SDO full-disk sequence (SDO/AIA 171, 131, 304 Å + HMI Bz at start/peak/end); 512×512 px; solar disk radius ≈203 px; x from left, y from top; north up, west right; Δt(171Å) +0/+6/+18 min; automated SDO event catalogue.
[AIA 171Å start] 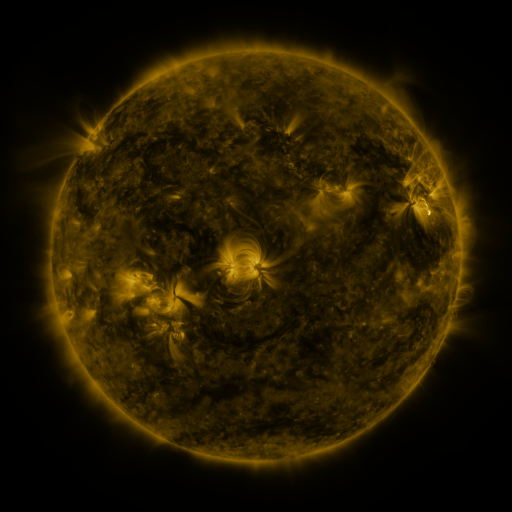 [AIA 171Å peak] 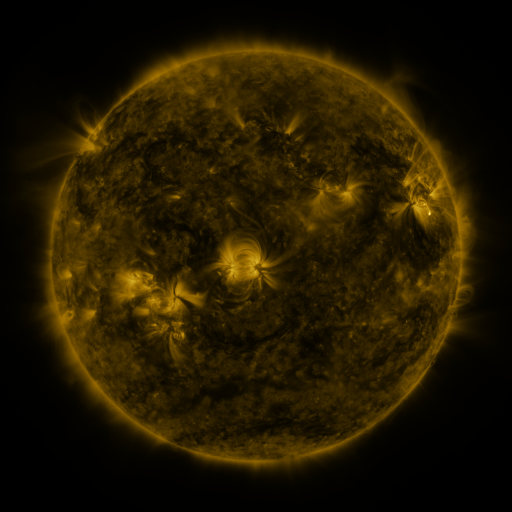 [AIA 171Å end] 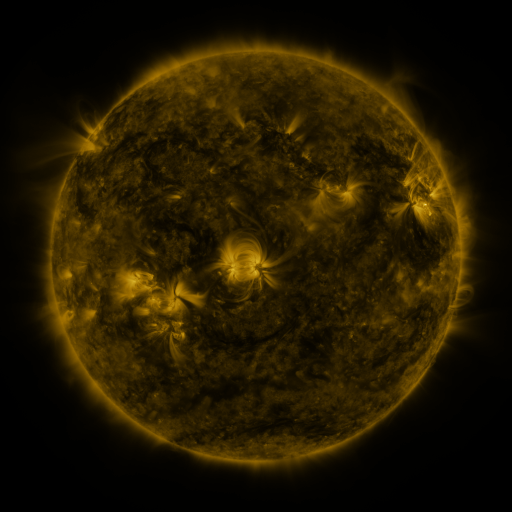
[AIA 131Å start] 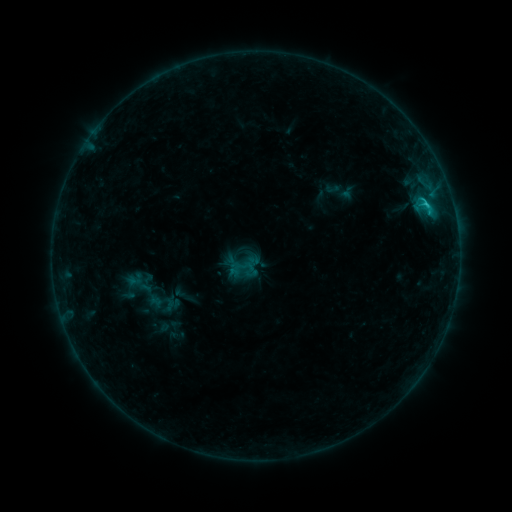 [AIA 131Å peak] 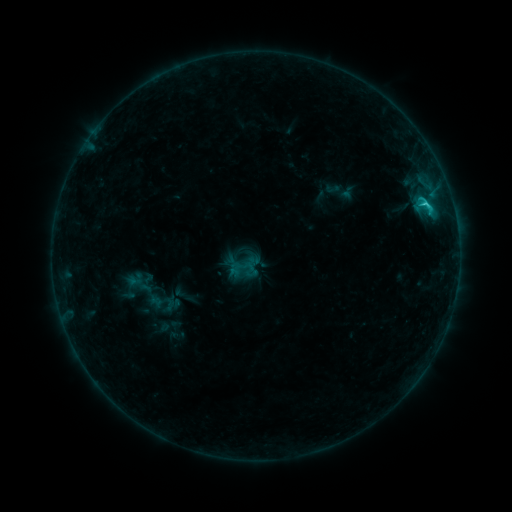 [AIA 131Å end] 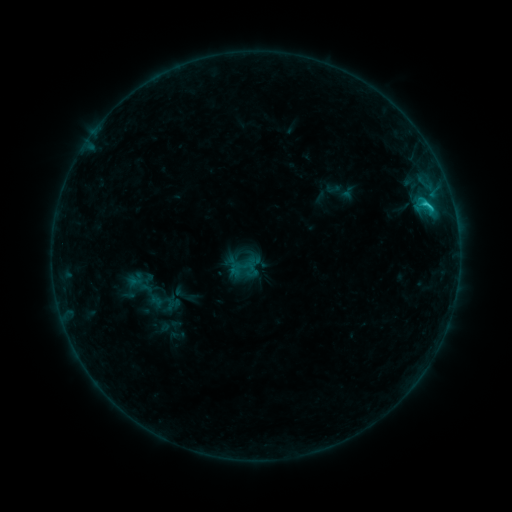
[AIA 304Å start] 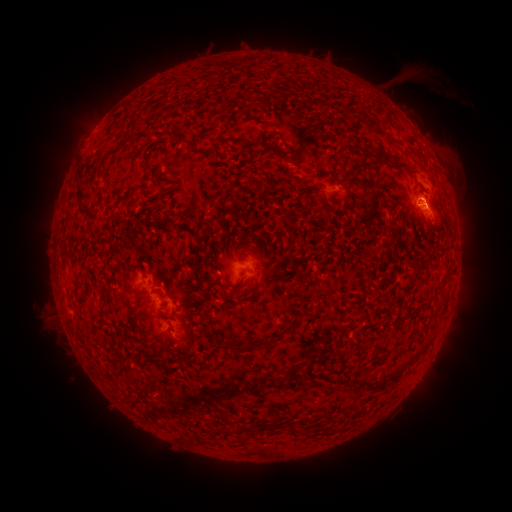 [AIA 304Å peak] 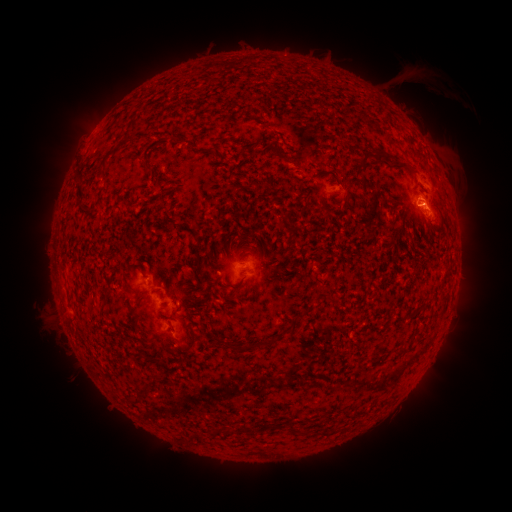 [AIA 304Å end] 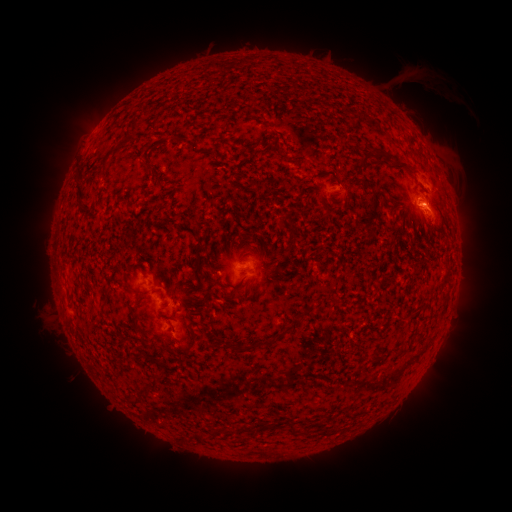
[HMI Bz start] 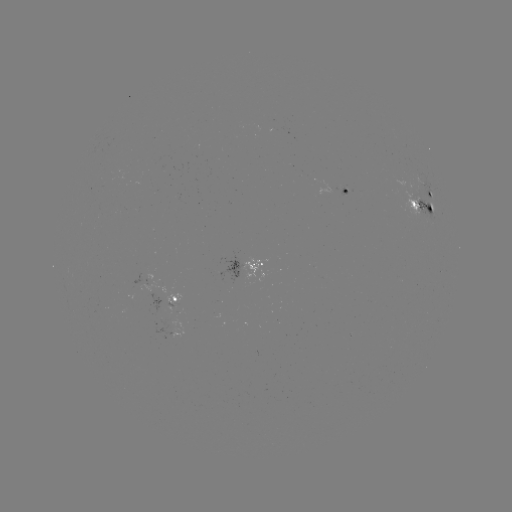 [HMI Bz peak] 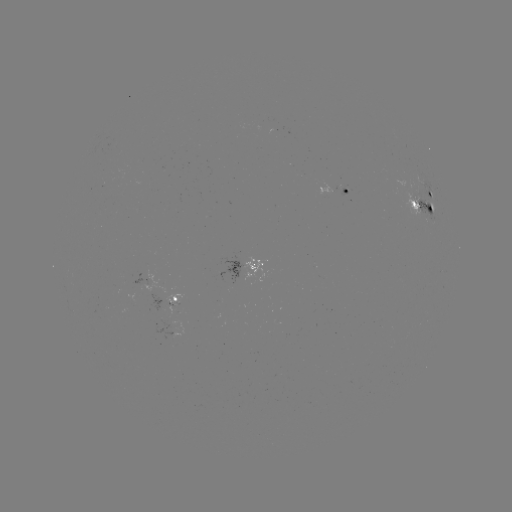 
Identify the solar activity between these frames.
C2.0 flare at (423, 204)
